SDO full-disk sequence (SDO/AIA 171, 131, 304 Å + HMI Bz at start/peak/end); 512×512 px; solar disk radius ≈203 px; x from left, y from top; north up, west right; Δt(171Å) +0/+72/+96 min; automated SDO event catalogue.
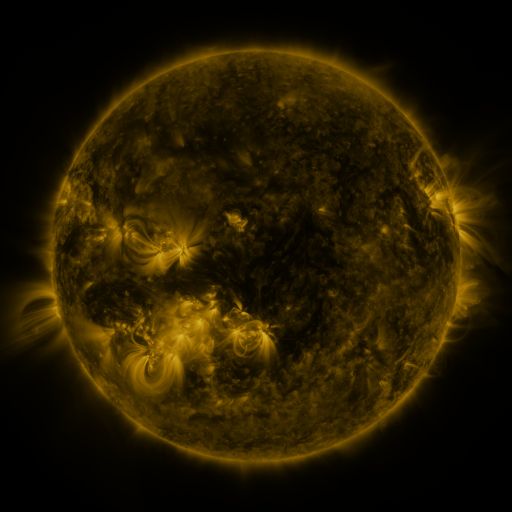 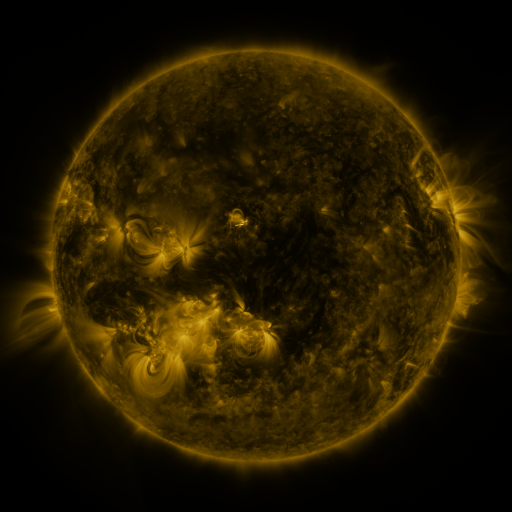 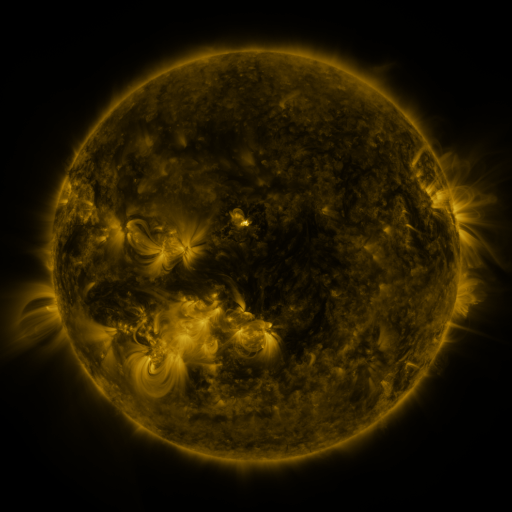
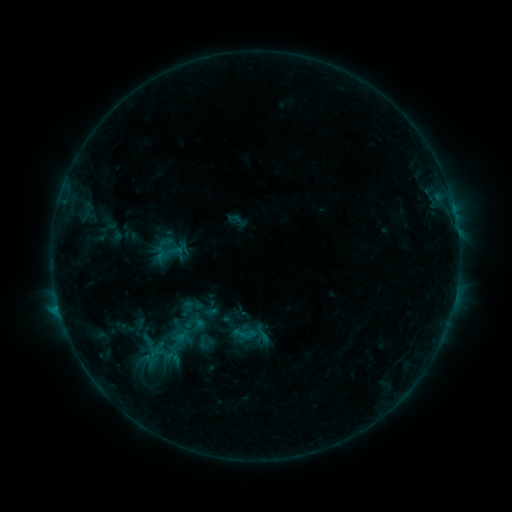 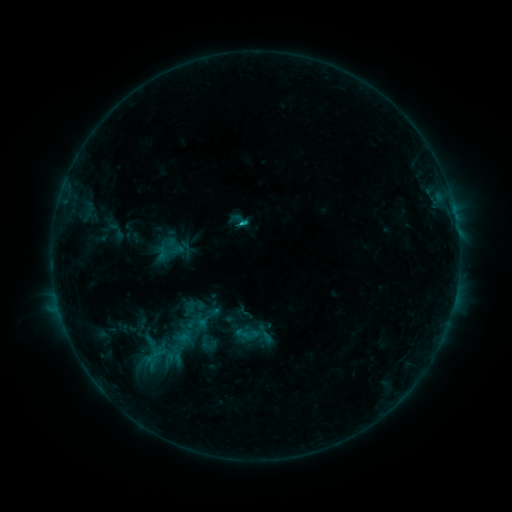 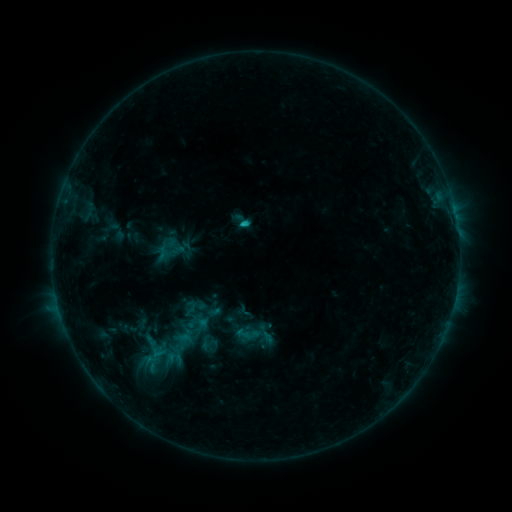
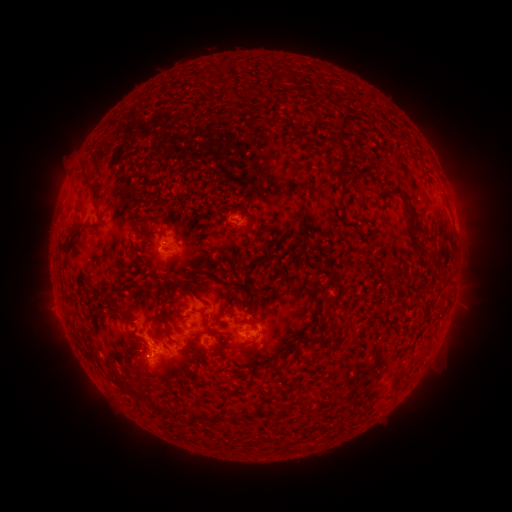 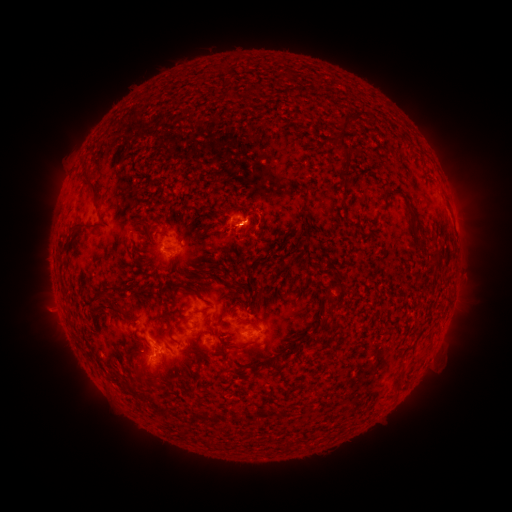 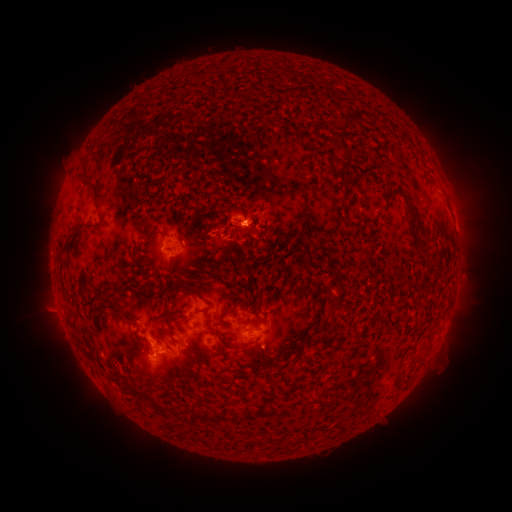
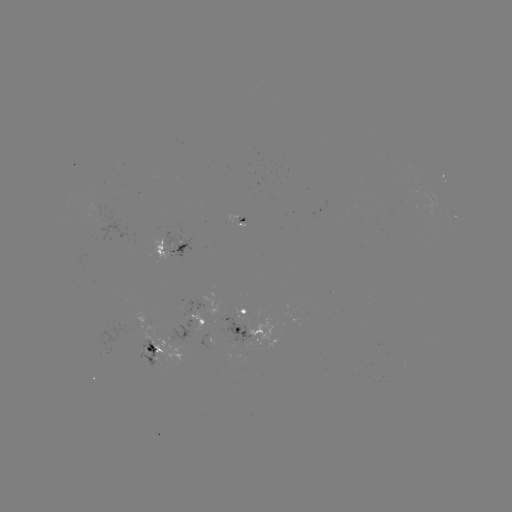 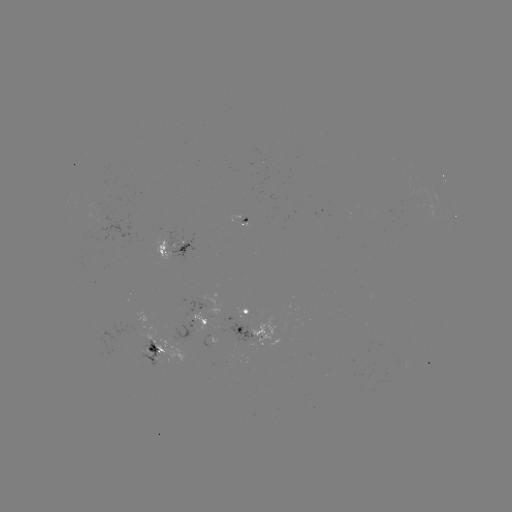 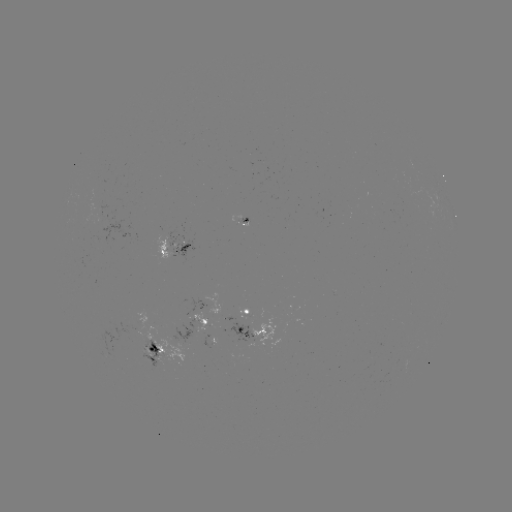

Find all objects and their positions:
emerging-flux region: (137, 329)
